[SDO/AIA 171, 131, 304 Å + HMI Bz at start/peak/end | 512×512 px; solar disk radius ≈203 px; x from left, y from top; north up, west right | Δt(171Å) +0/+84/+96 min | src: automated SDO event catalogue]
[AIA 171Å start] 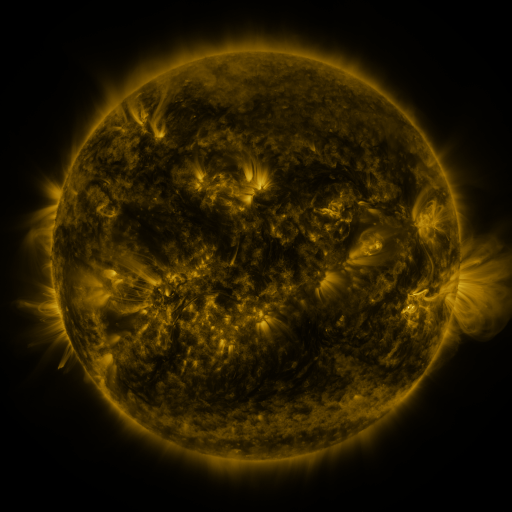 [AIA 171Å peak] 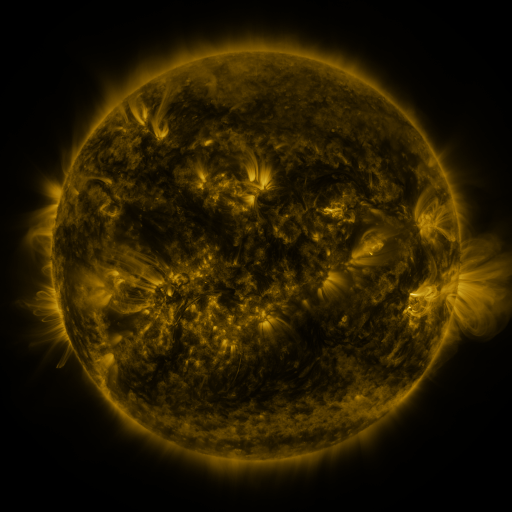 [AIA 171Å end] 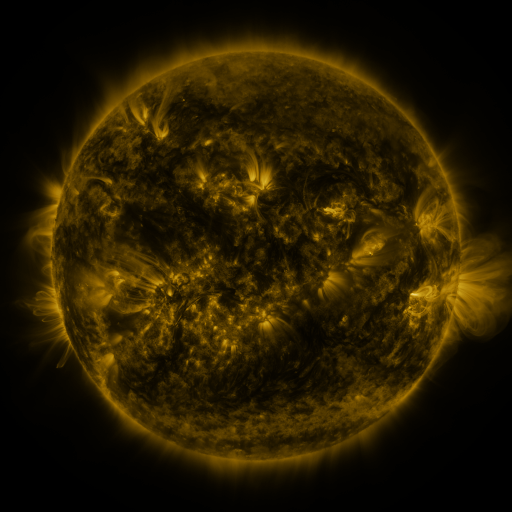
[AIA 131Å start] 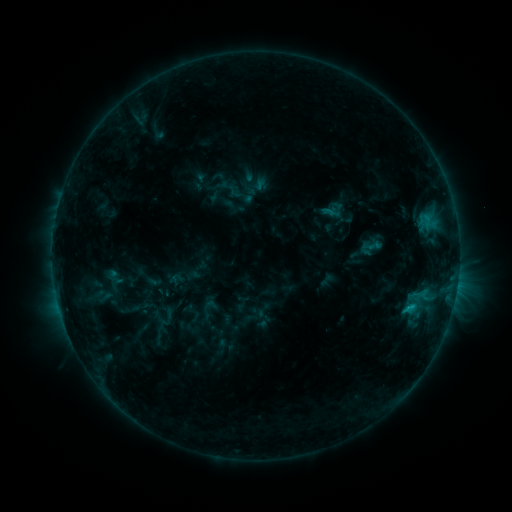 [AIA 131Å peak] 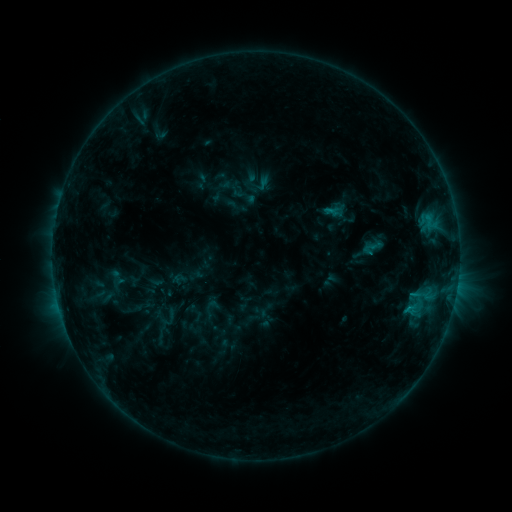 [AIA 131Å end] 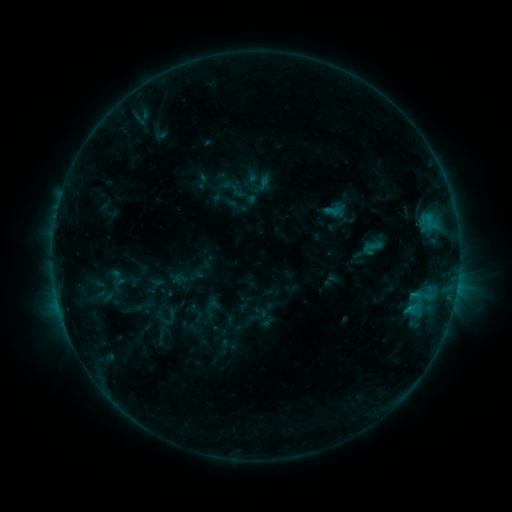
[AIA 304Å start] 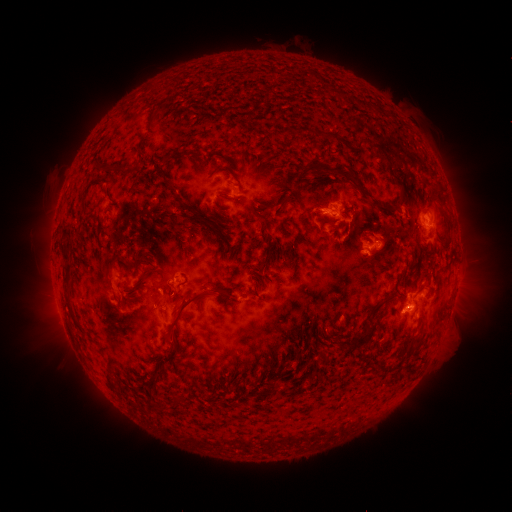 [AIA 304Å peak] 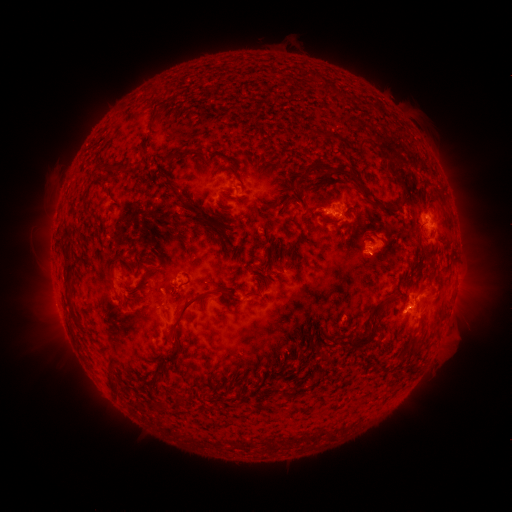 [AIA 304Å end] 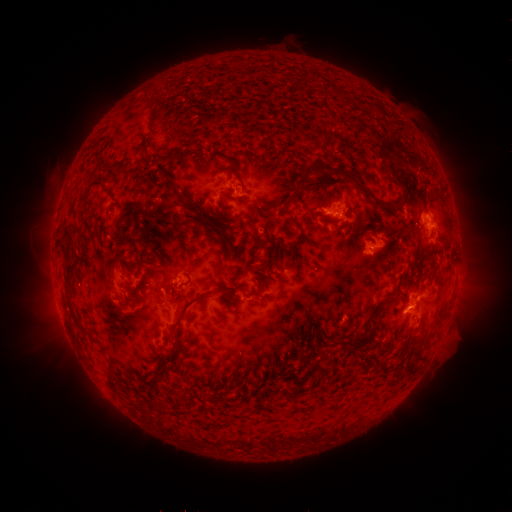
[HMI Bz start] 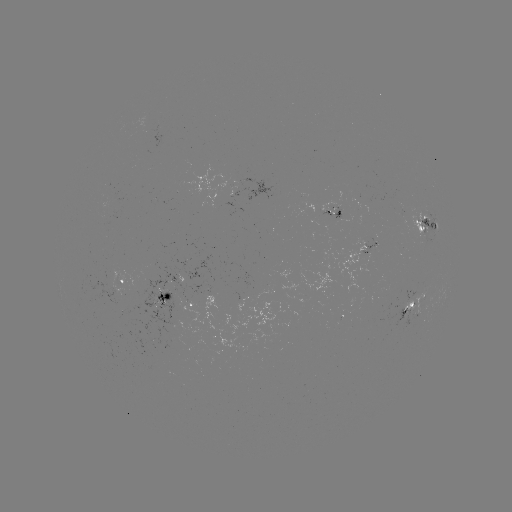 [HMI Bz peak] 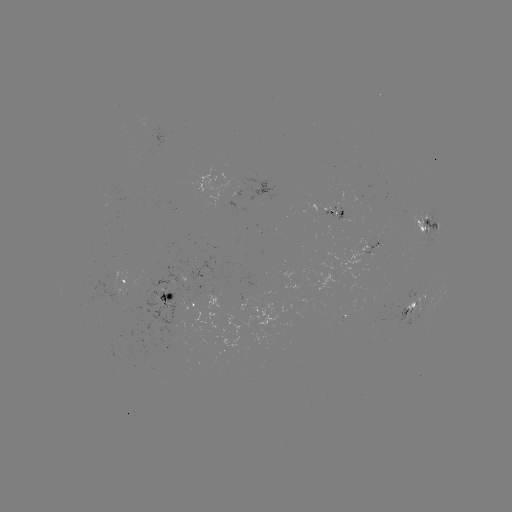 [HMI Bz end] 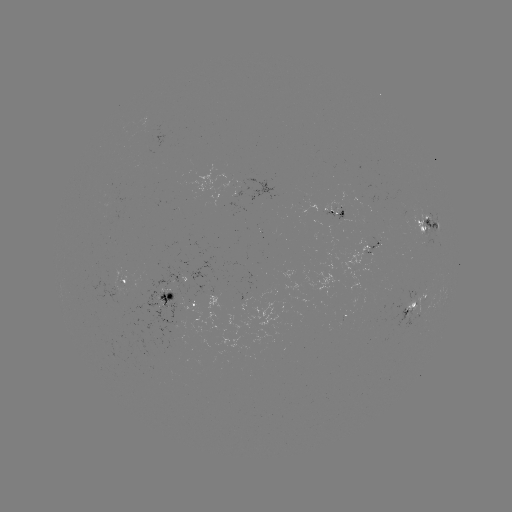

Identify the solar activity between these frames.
emerging-flux region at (416, 314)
